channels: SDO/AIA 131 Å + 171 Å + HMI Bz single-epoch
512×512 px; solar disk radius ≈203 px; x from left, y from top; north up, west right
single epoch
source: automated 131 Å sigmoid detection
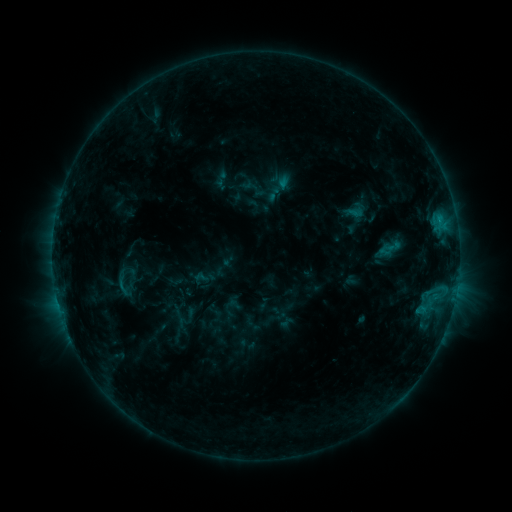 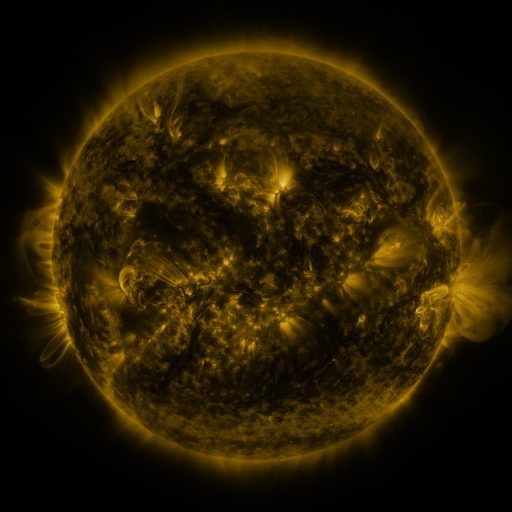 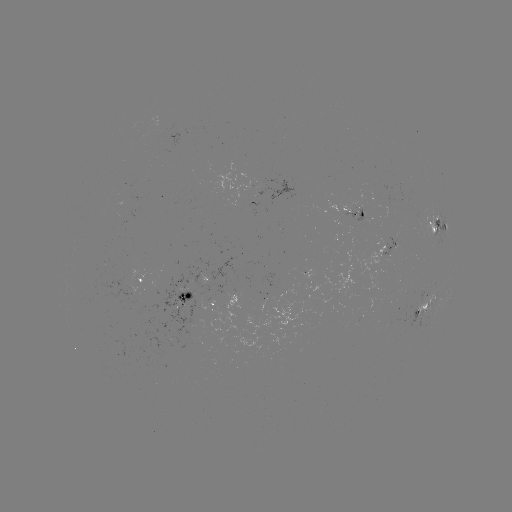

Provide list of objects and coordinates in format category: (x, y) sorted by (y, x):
sigmoid: (274, 194)
